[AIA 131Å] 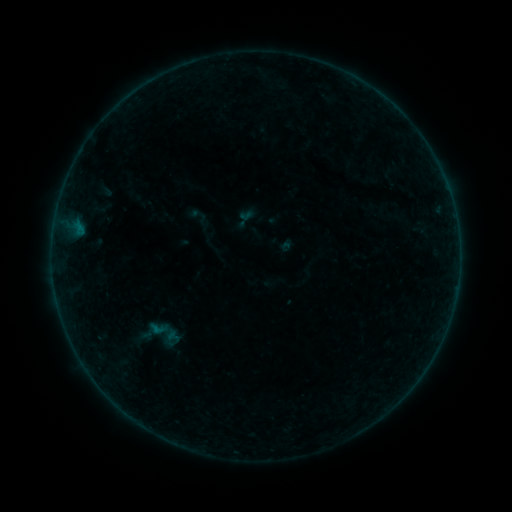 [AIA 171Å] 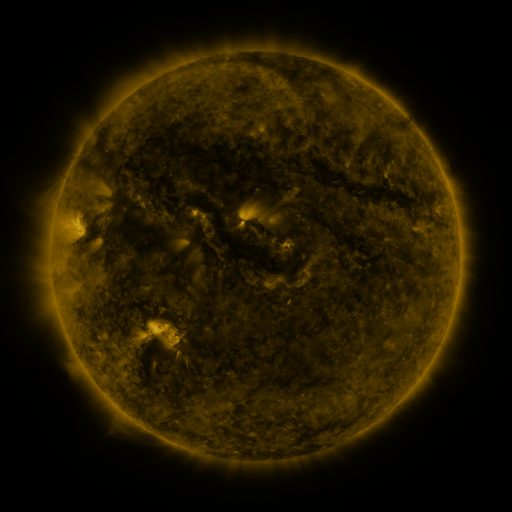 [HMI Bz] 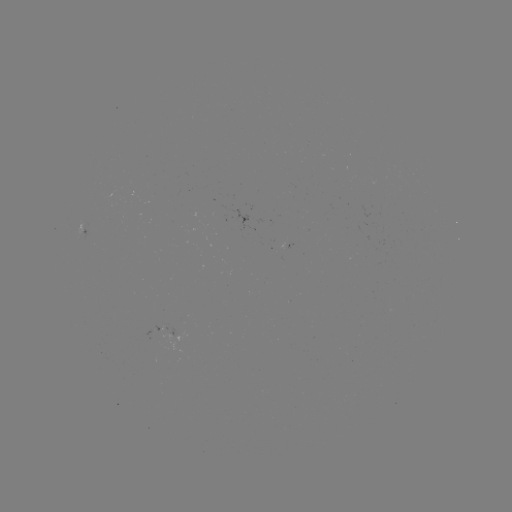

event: sigmoid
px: (158, 335)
